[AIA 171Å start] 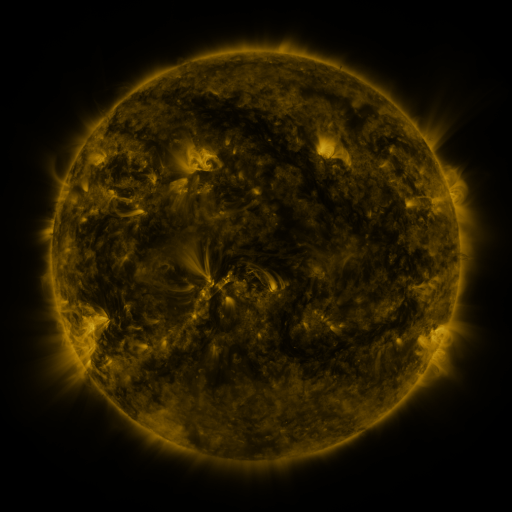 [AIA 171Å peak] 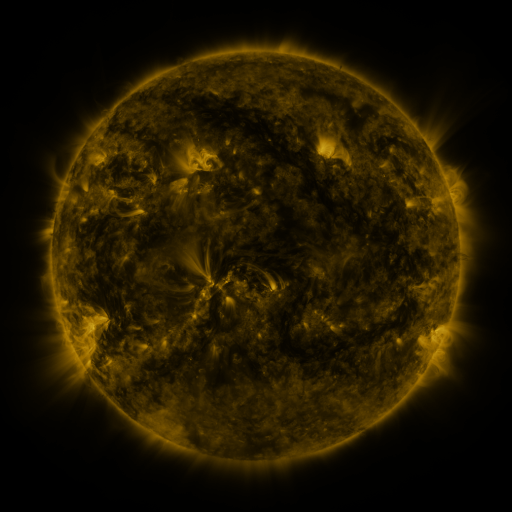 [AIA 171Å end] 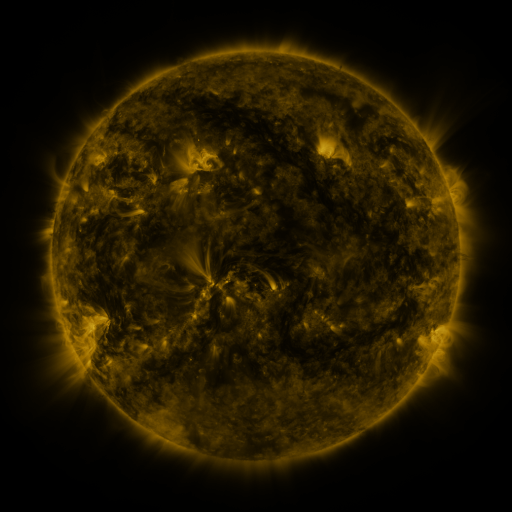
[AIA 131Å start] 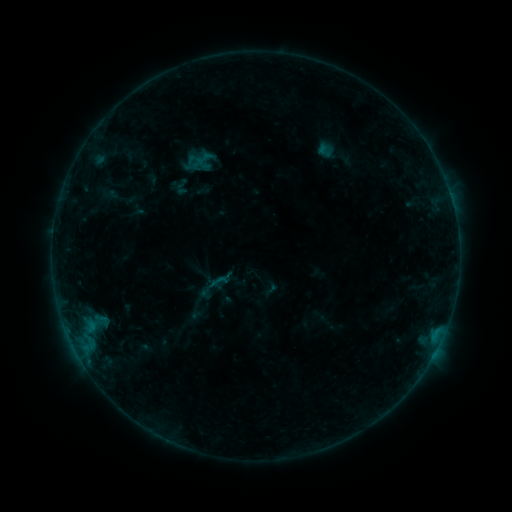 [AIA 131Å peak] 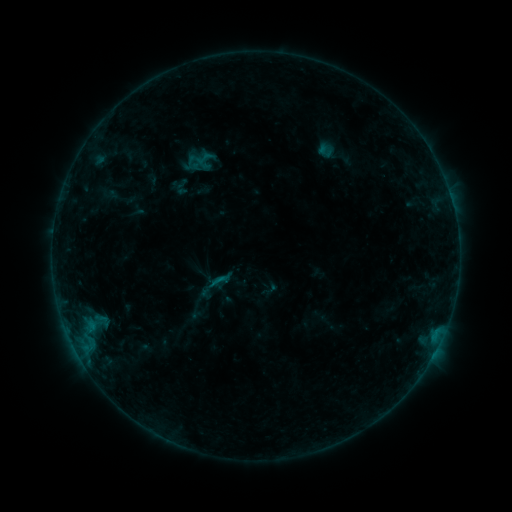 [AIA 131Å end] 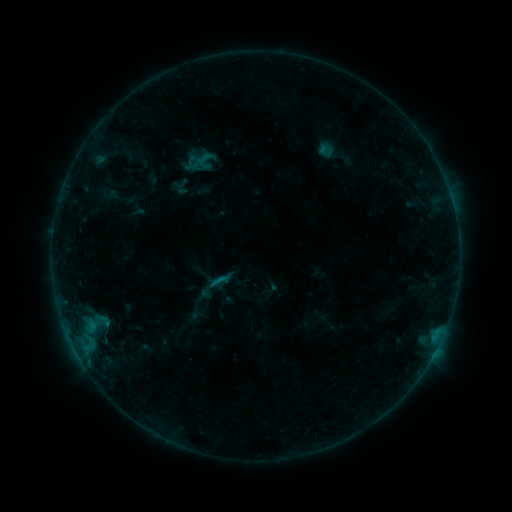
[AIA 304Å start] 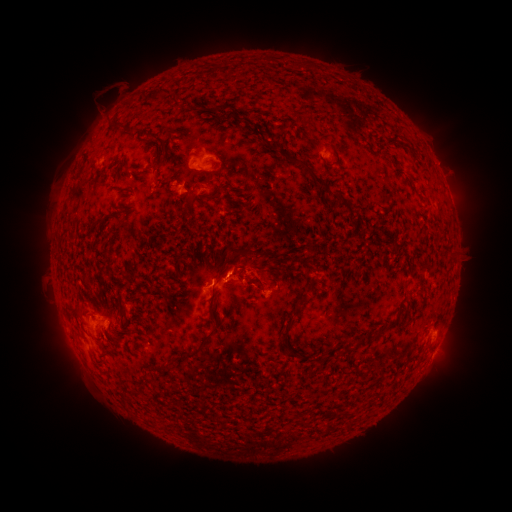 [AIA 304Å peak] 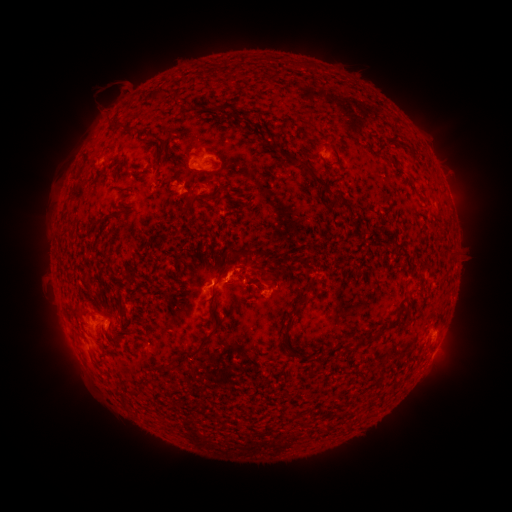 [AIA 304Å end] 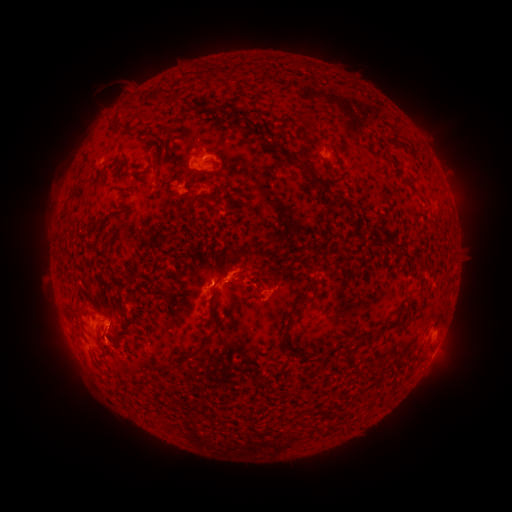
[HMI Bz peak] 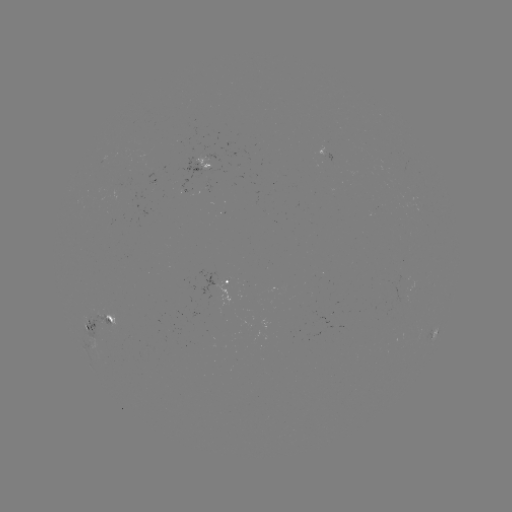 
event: eruption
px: (115, 328)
